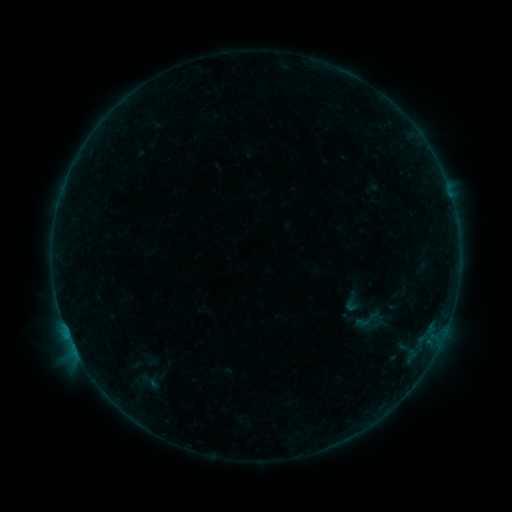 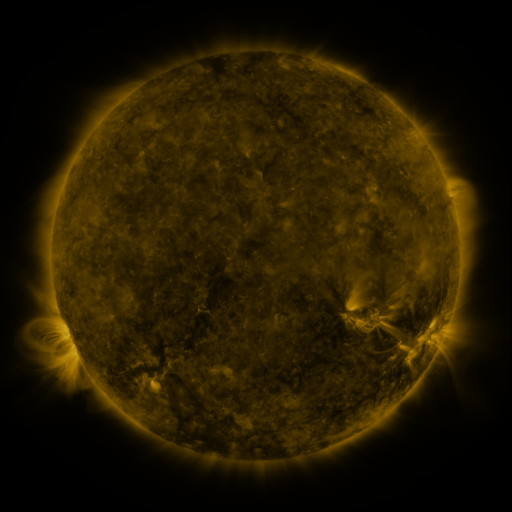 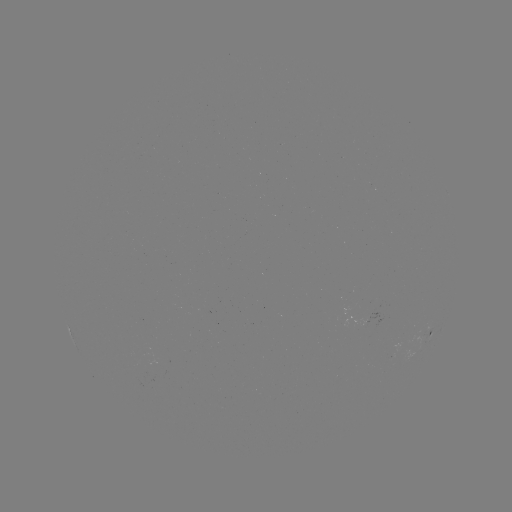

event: sigmoid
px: (368, 320)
